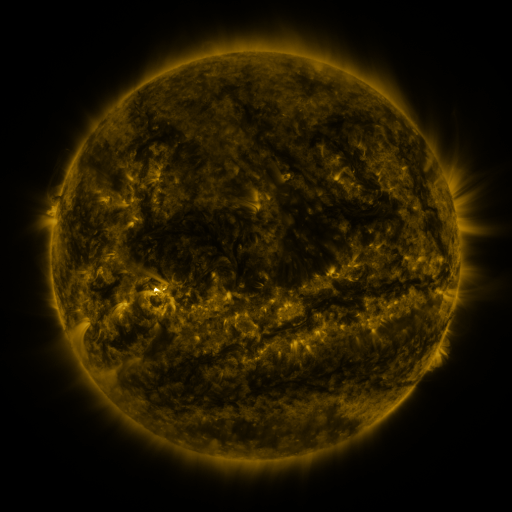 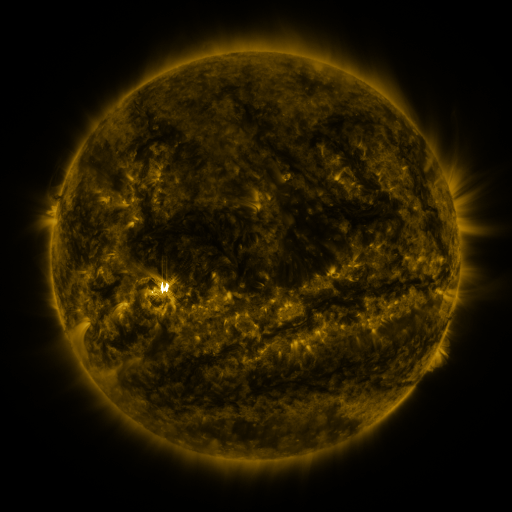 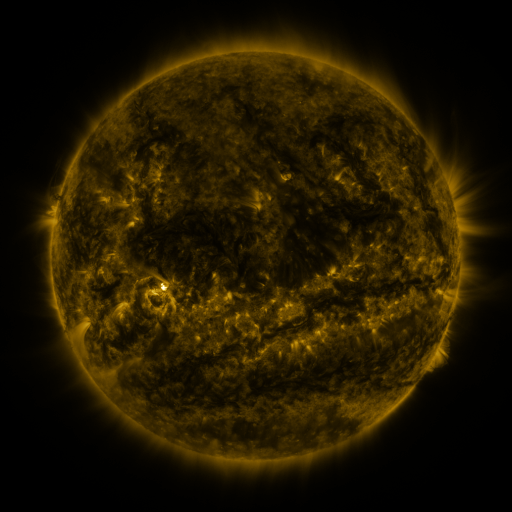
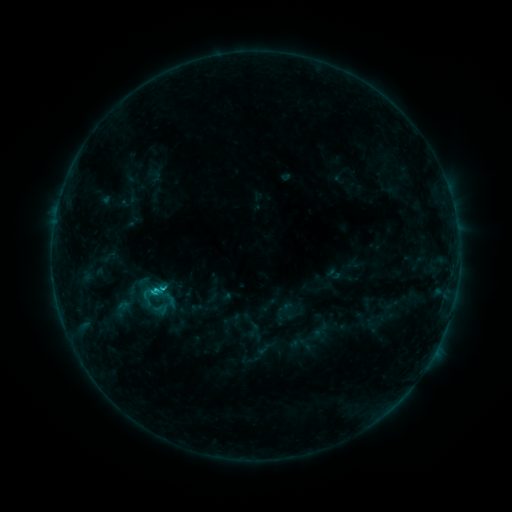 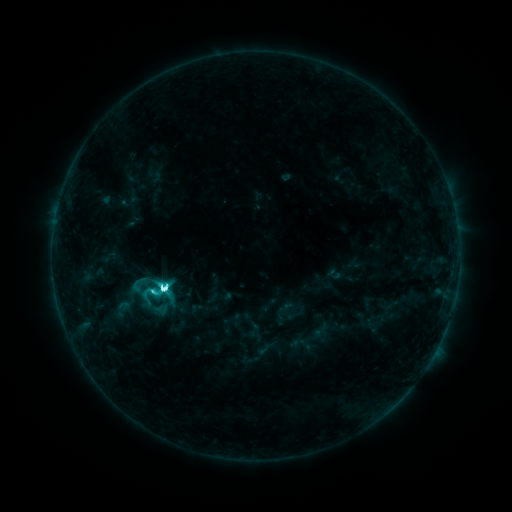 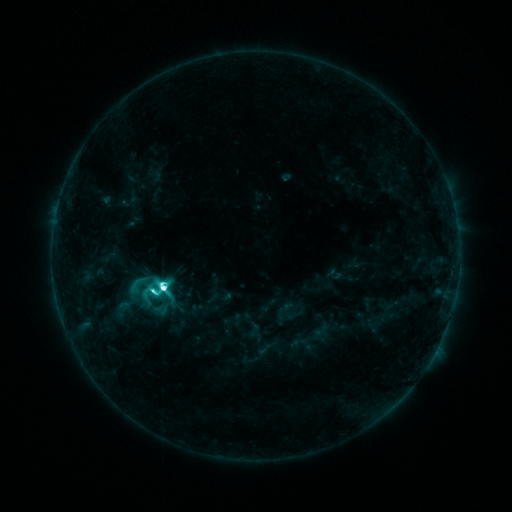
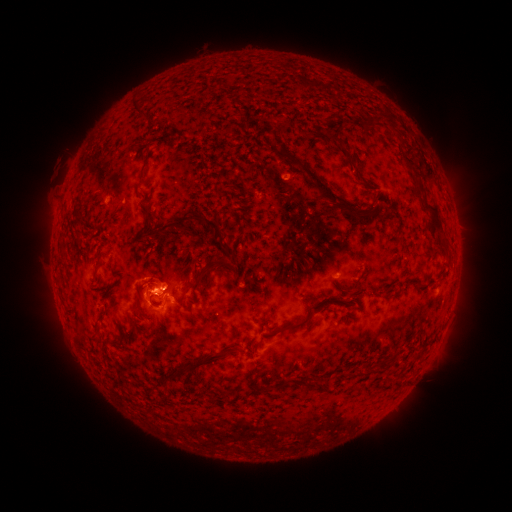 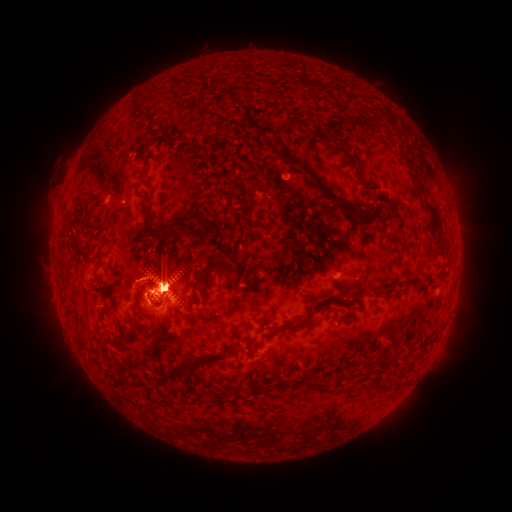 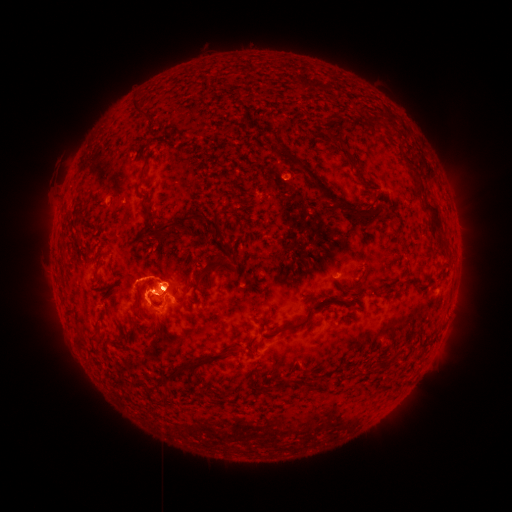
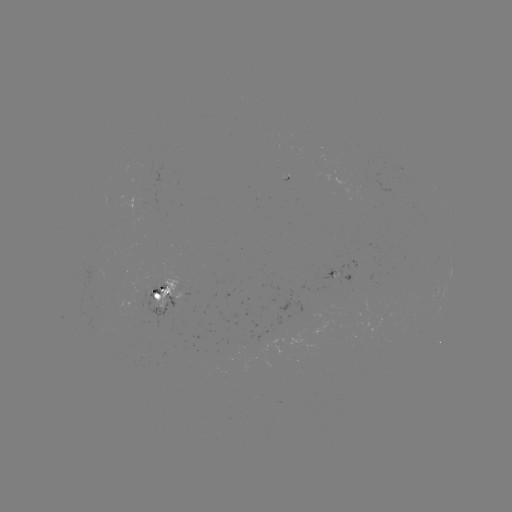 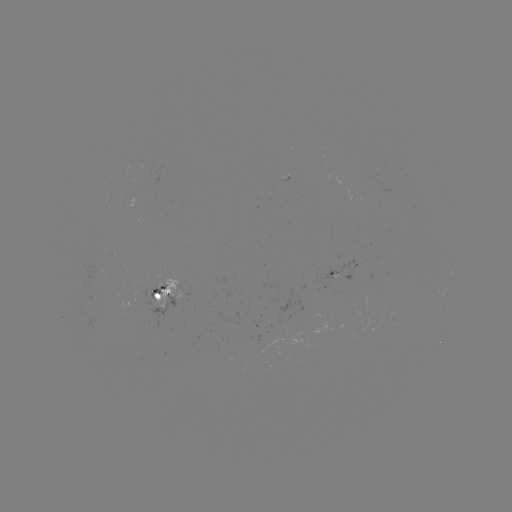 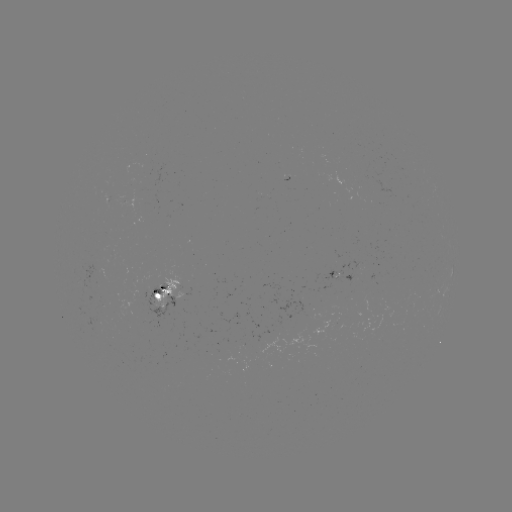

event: flare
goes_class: M2.9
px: (163, 286)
